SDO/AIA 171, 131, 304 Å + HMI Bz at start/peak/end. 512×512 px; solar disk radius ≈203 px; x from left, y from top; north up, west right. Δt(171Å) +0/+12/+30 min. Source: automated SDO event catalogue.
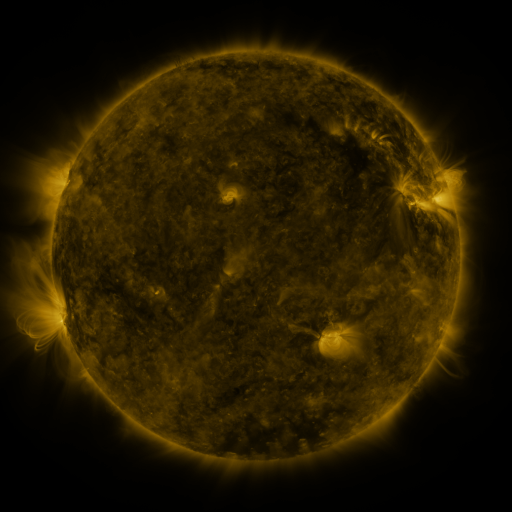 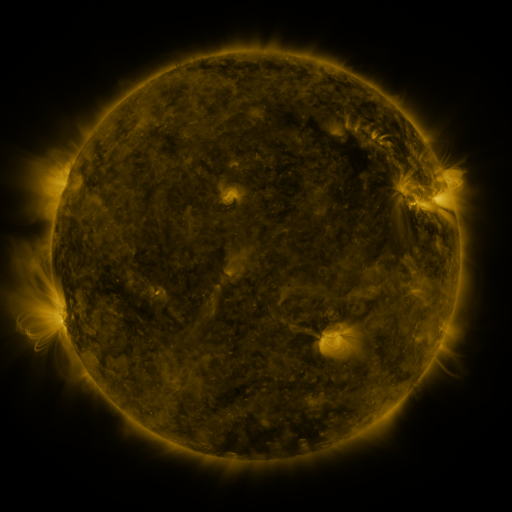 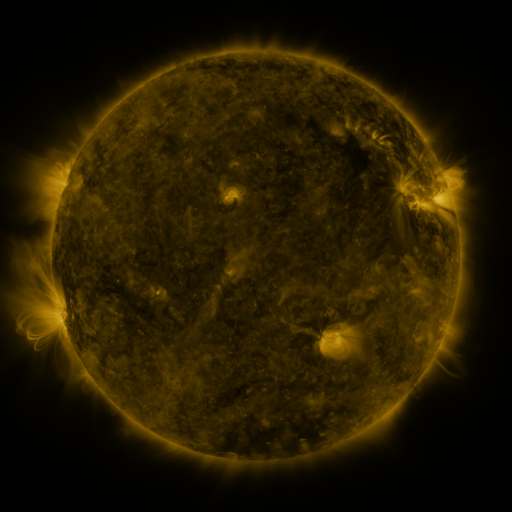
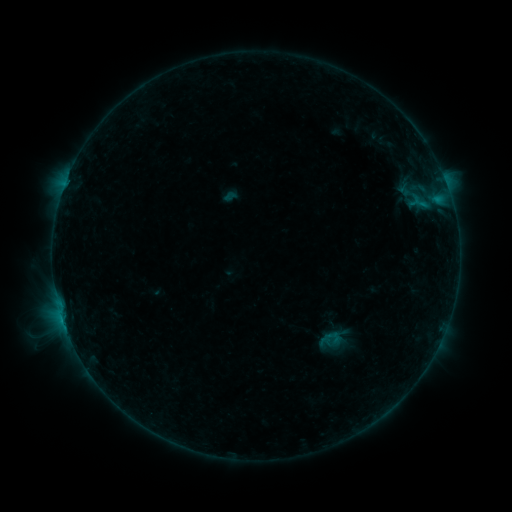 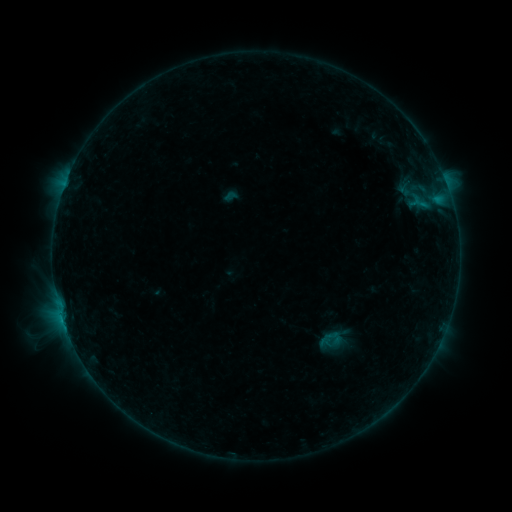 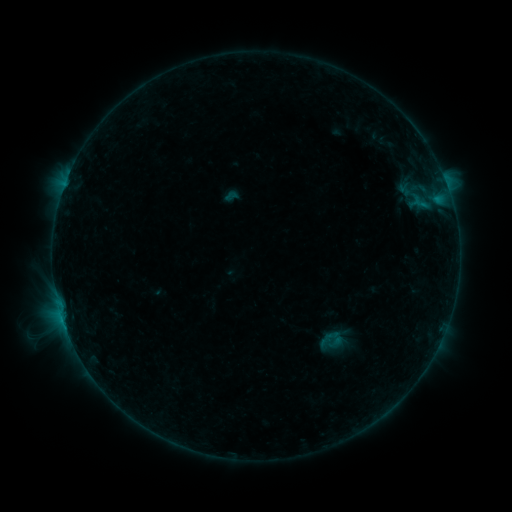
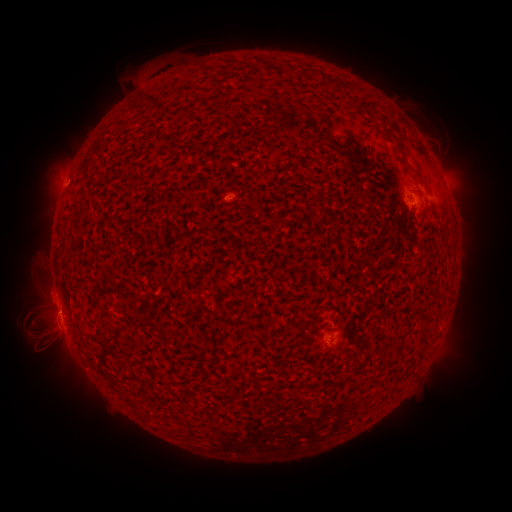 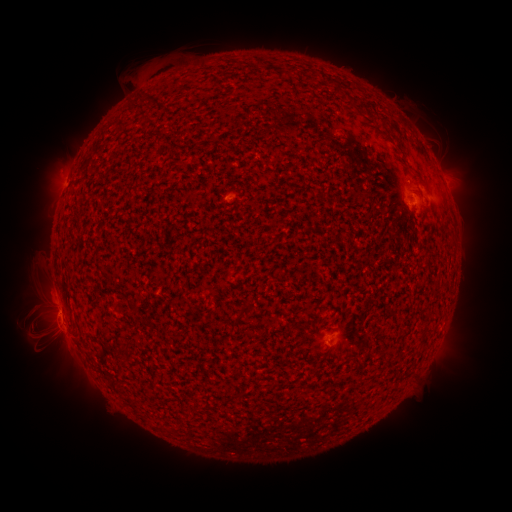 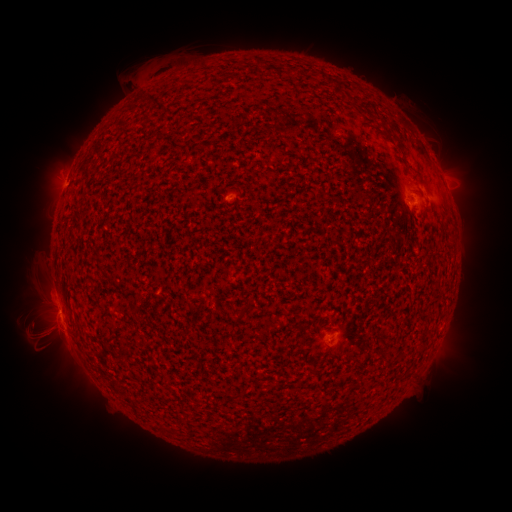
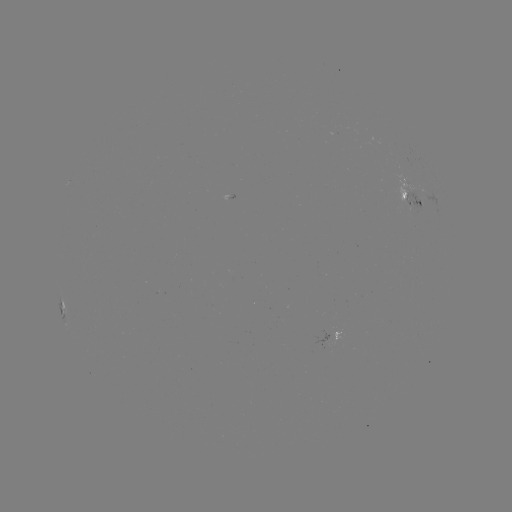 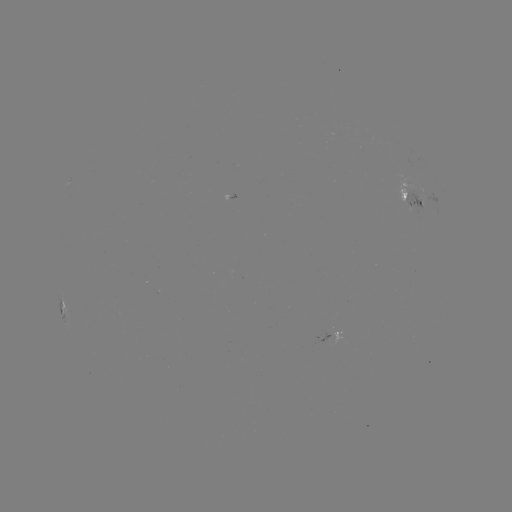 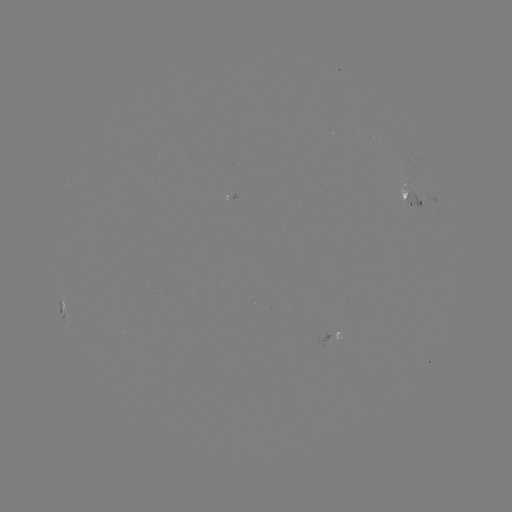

nothing was catalogued: no classed flare, no EUV trigger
